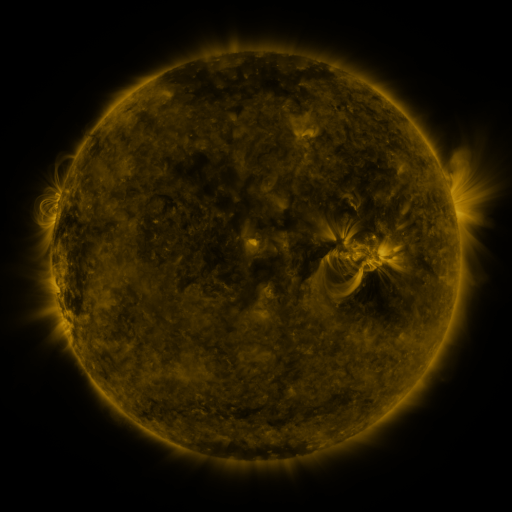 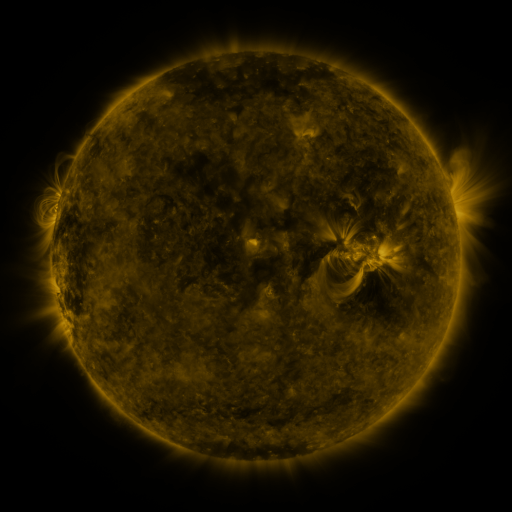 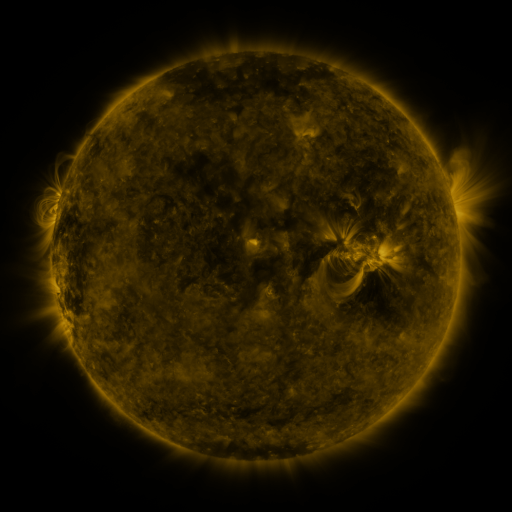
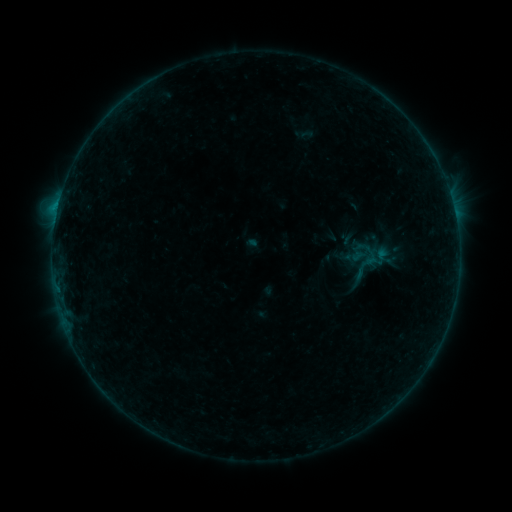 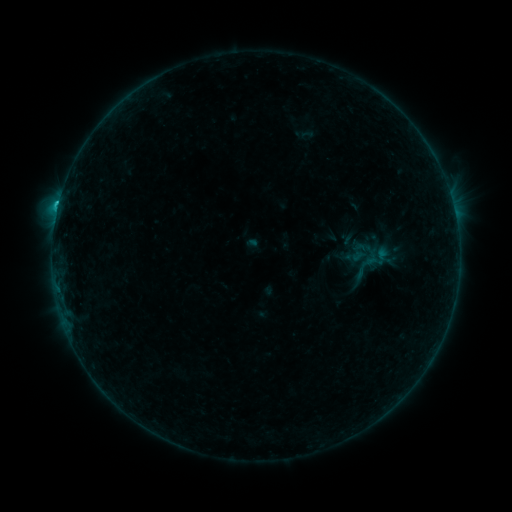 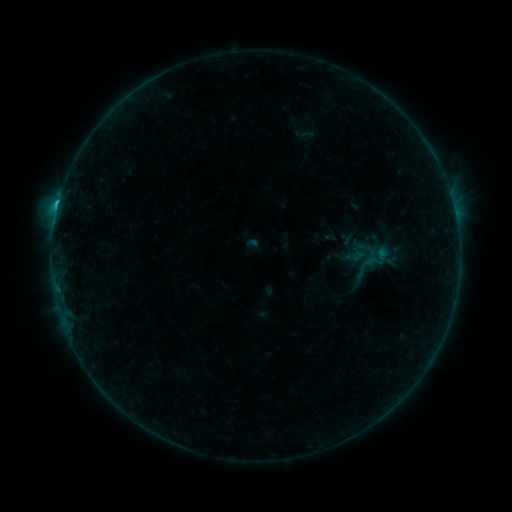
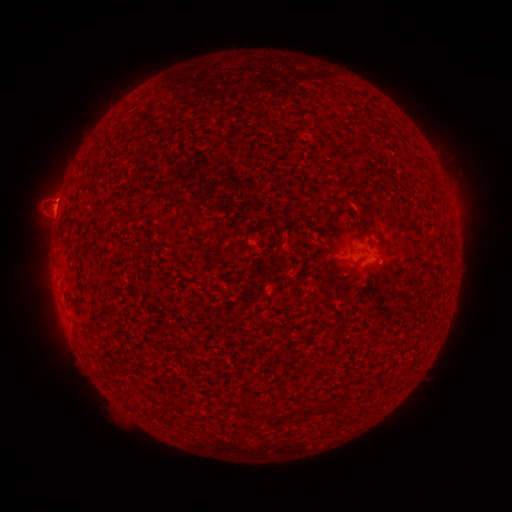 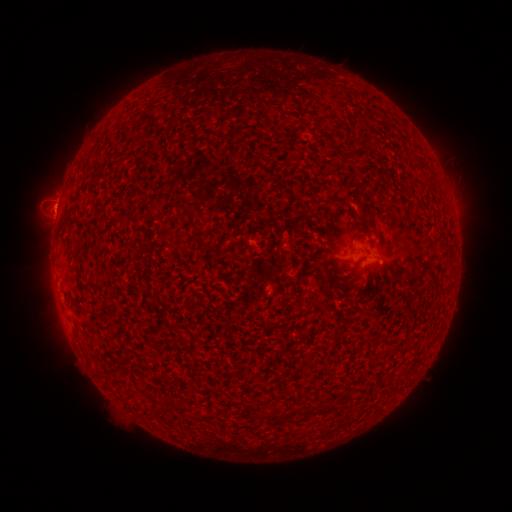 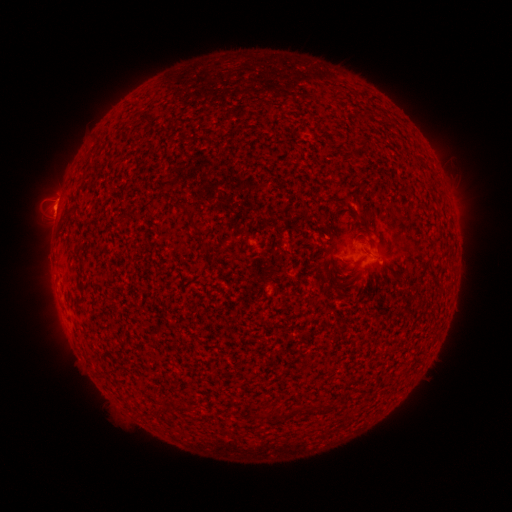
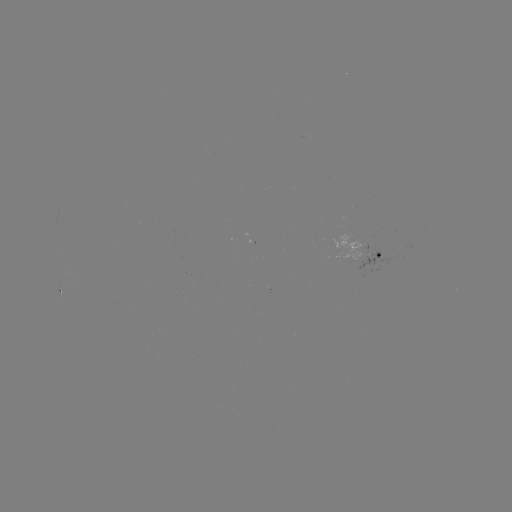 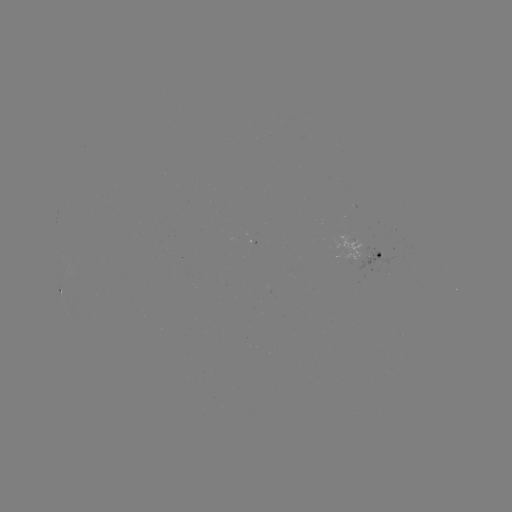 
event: flare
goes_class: C1.0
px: (58, 208)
